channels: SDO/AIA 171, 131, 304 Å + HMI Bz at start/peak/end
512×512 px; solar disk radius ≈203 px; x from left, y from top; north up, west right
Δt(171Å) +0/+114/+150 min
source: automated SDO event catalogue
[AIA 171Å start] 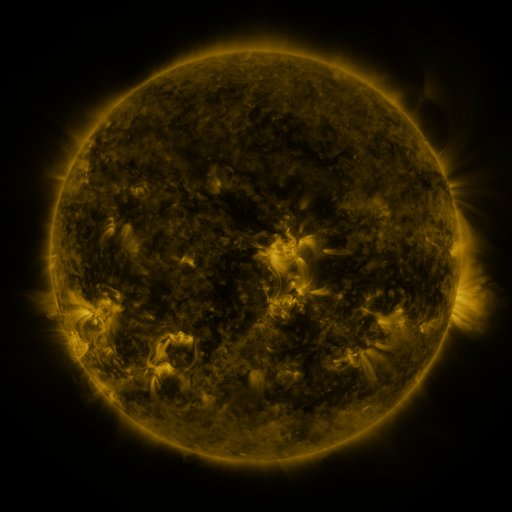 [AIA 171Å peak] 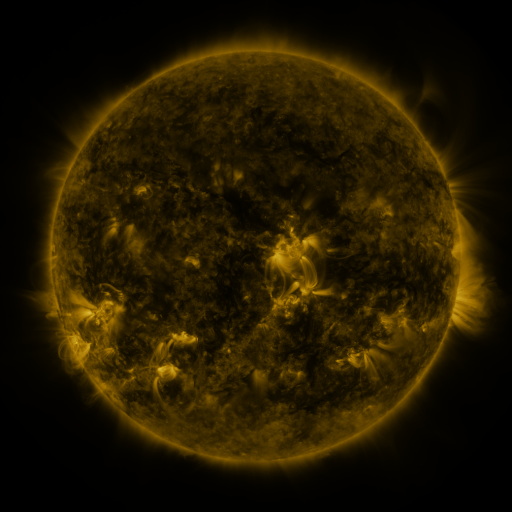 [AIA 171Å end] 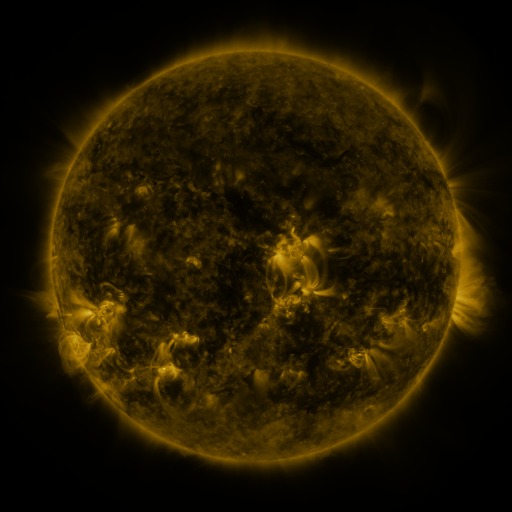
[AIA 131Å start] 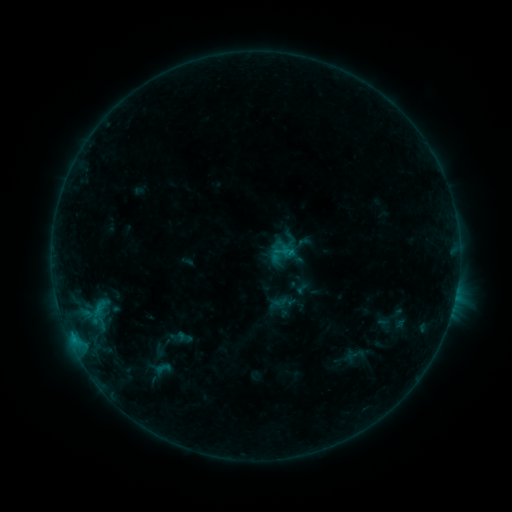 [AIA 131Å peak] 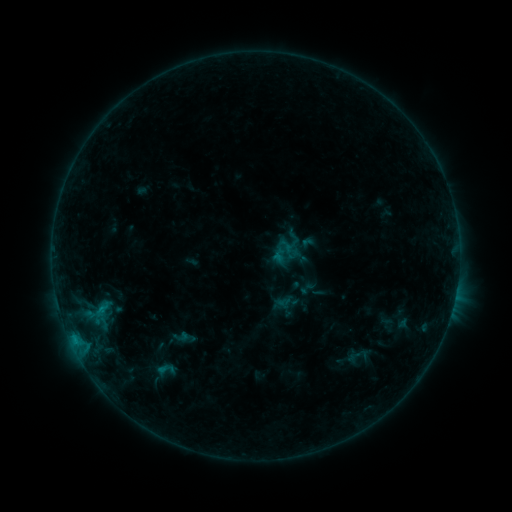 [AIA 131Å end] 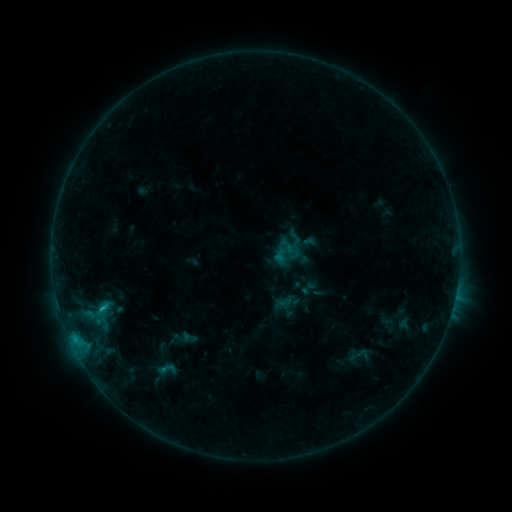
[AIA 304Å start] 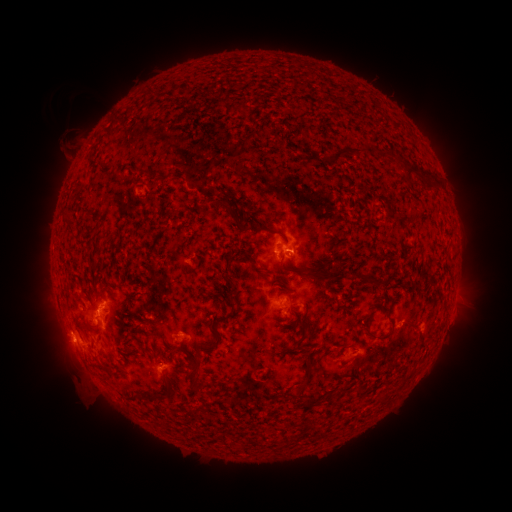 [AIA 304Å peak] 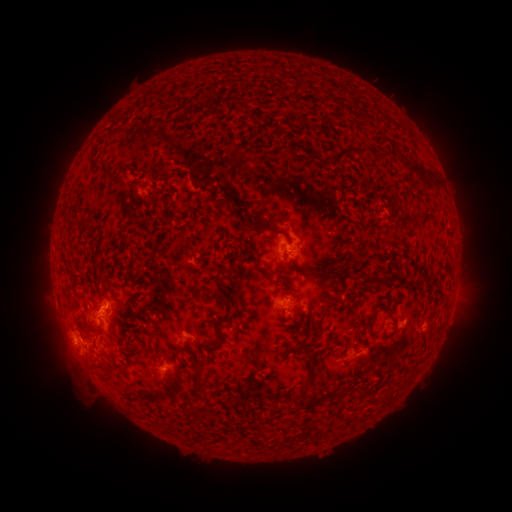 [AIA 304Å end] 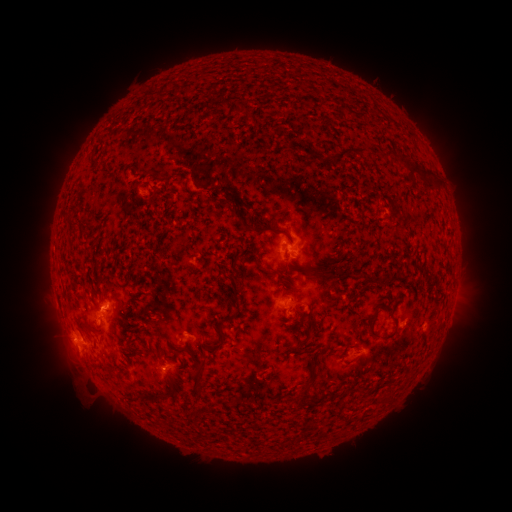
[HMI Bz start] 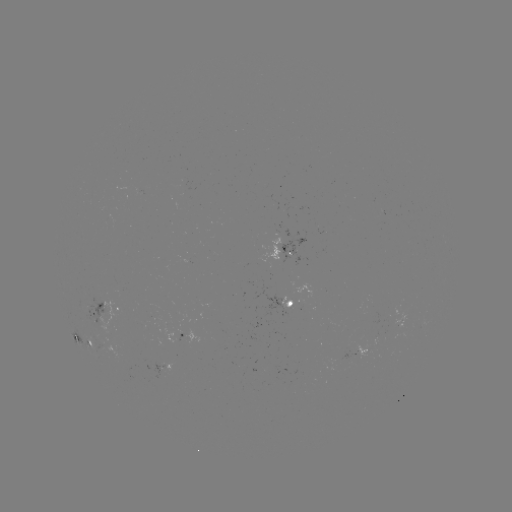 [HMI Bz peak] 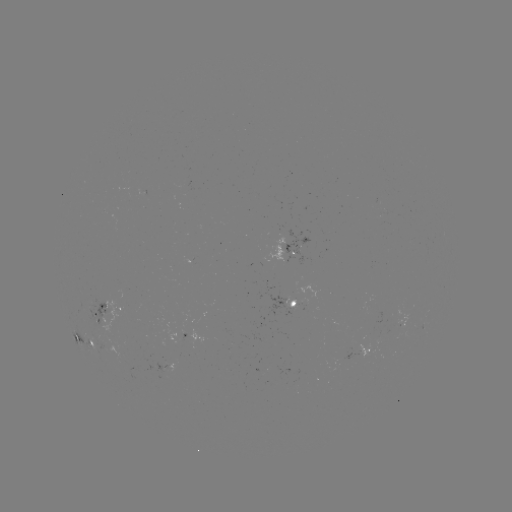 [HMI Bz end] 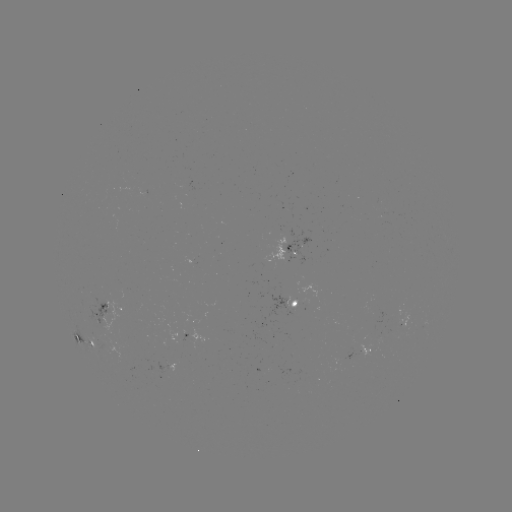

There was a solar emerging-flux region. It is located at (95, 307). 